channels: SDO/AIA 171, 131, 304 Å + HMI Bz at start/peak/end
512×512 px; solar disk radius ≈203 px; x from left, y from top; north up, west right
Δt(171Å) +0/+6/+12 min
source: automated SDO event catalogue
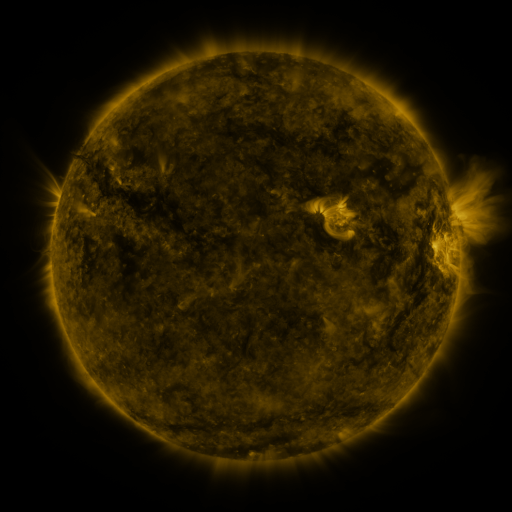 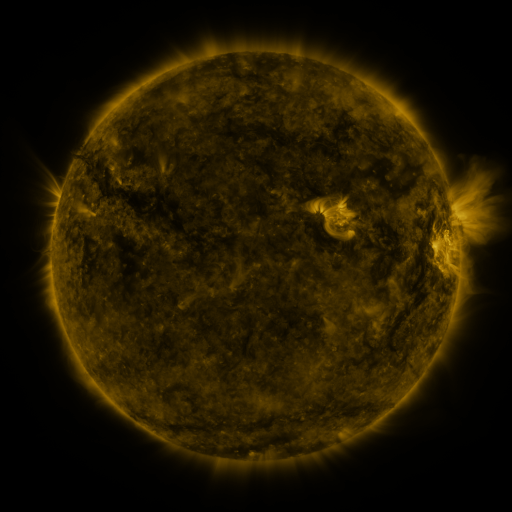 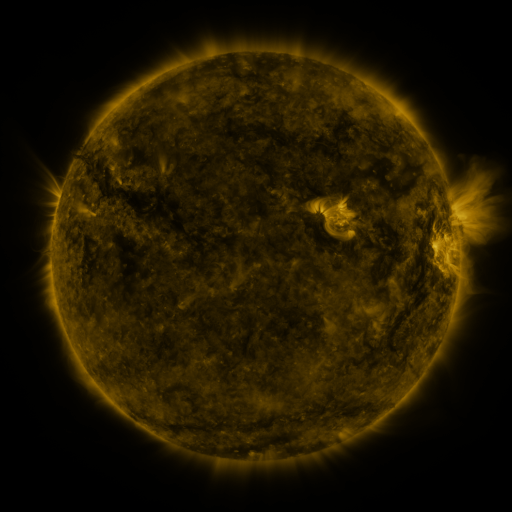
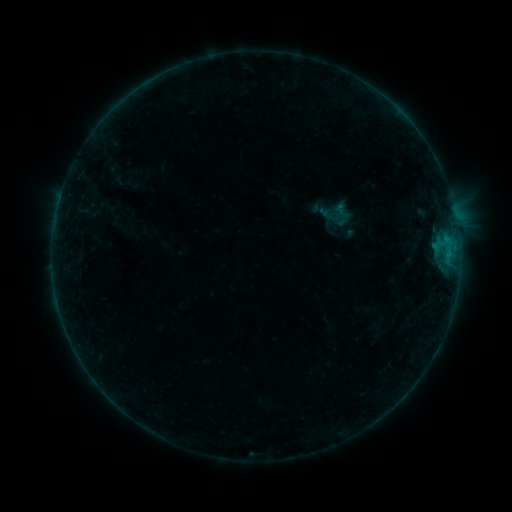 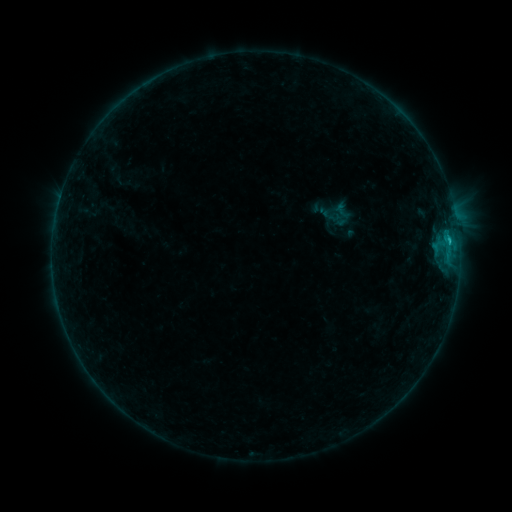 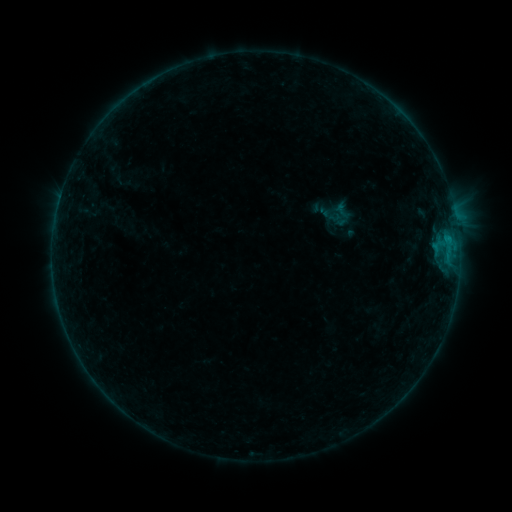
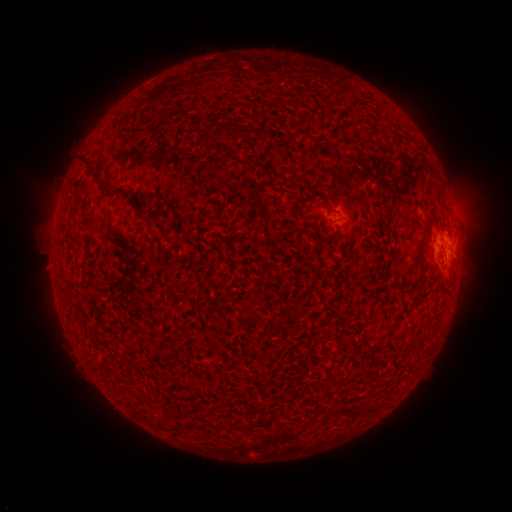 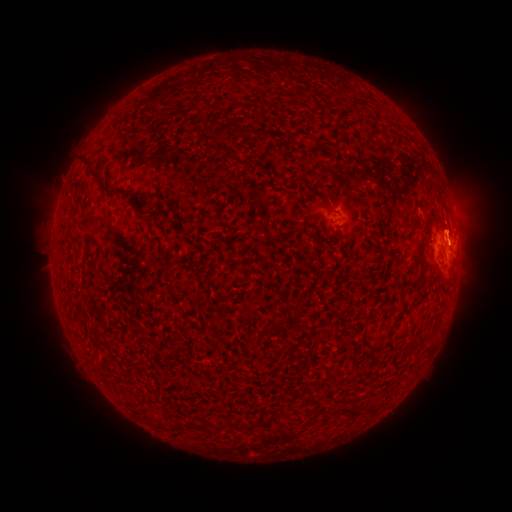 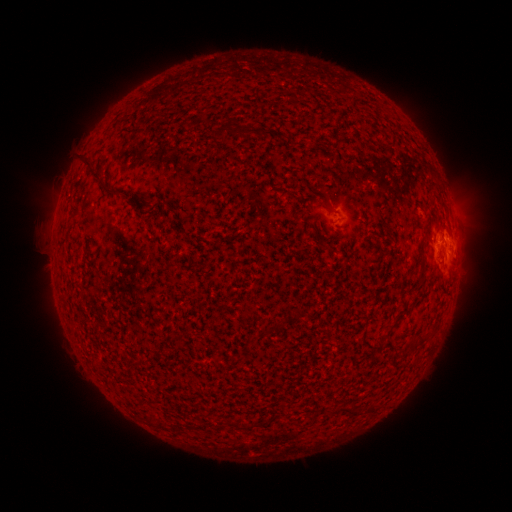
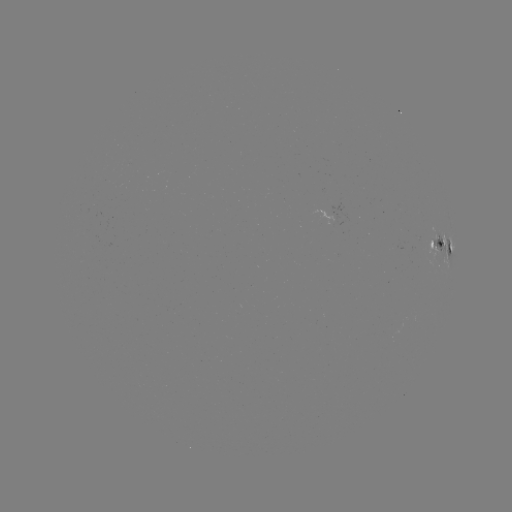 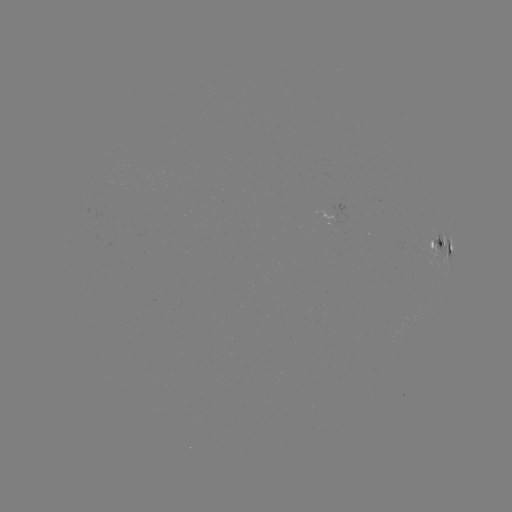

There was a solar flare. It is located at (449, 243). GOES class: B5.6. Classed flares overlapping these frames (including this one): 1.